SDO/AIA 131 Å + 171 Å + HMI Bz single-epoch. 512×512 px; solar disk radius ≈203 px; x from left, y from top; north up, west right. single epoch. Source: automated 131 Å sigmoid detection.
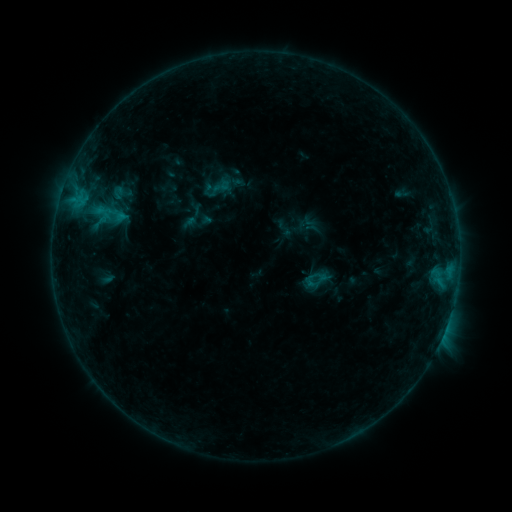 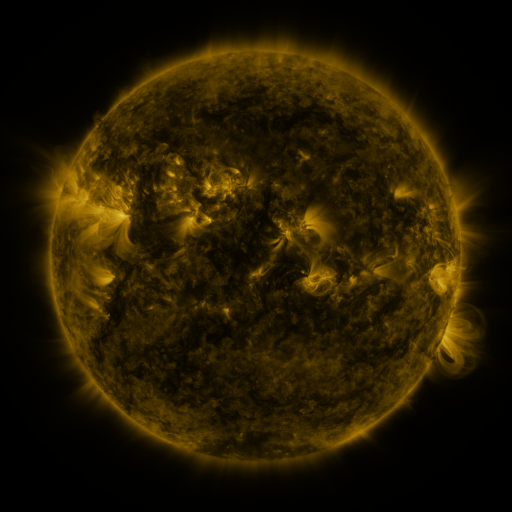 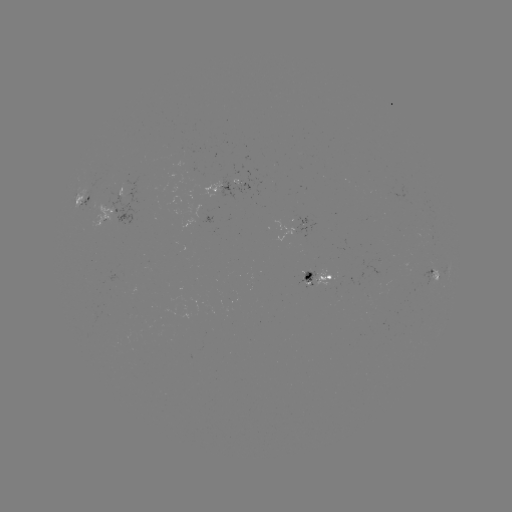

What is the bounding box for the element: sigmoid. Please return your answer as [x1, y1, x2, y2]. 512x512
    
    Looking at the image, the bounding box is [211, 176, 231, 196].